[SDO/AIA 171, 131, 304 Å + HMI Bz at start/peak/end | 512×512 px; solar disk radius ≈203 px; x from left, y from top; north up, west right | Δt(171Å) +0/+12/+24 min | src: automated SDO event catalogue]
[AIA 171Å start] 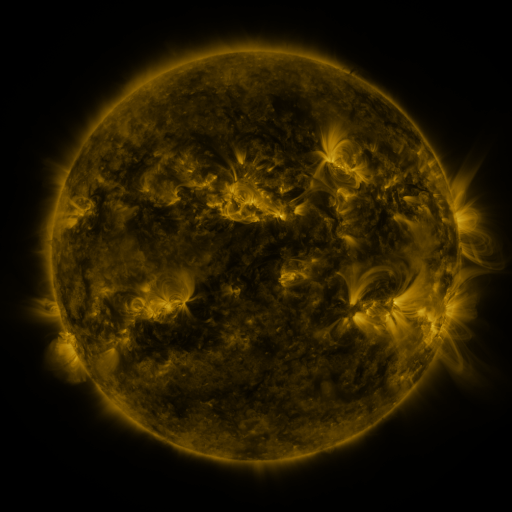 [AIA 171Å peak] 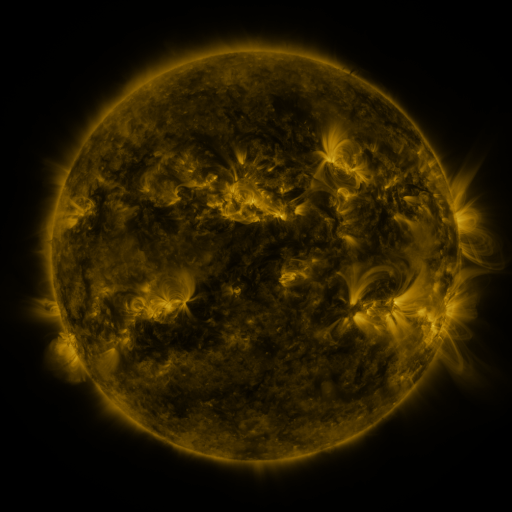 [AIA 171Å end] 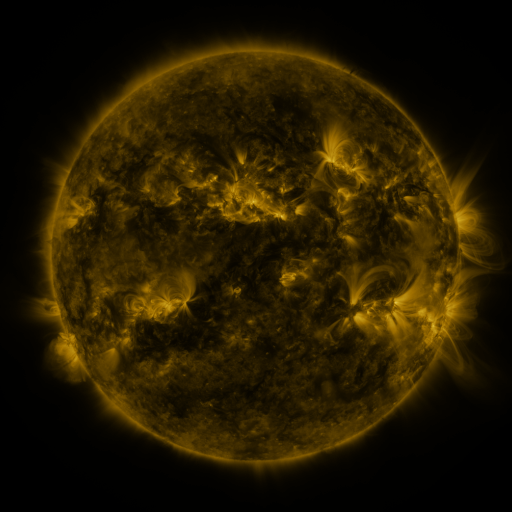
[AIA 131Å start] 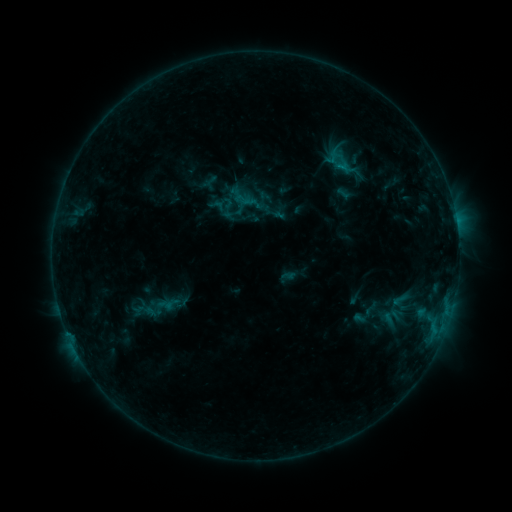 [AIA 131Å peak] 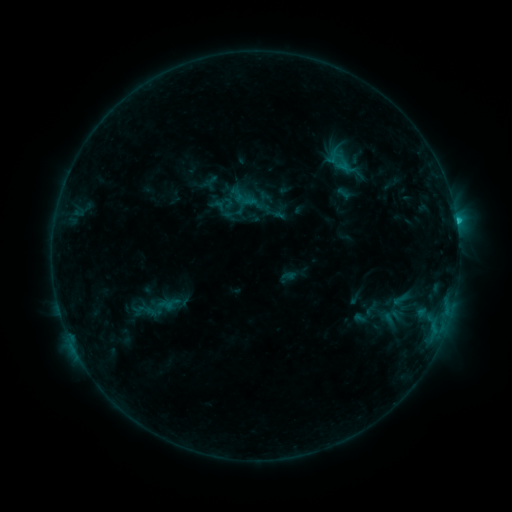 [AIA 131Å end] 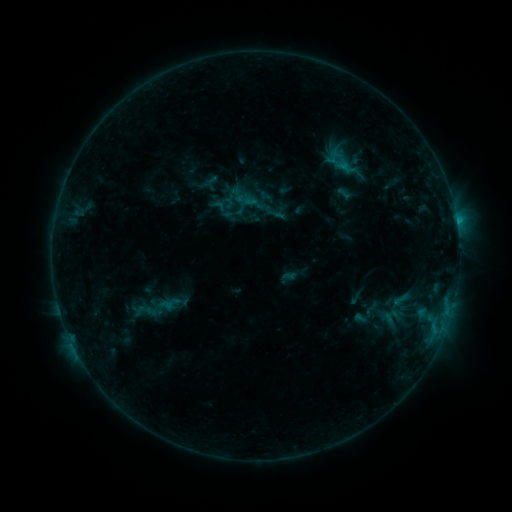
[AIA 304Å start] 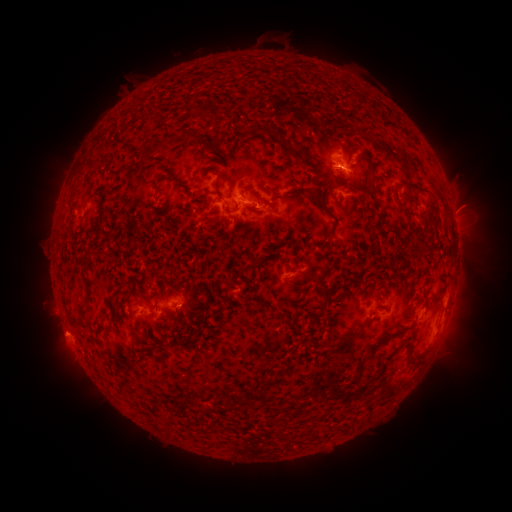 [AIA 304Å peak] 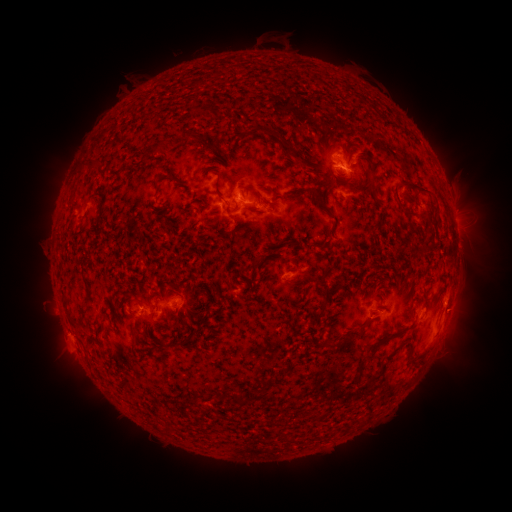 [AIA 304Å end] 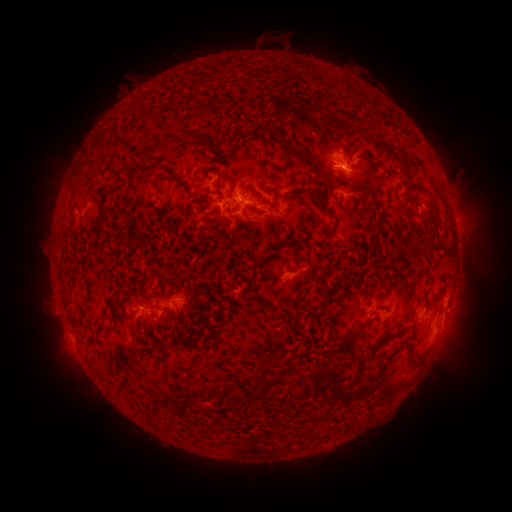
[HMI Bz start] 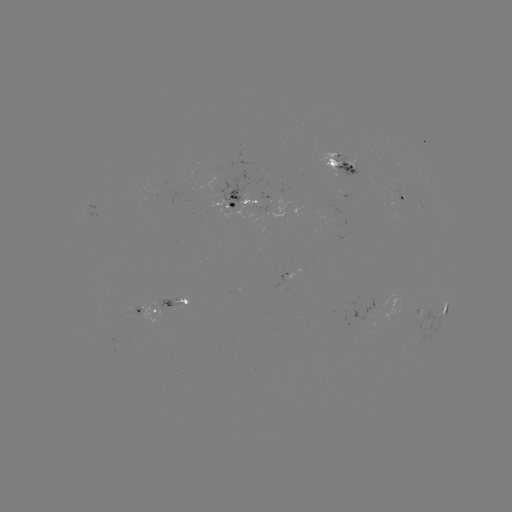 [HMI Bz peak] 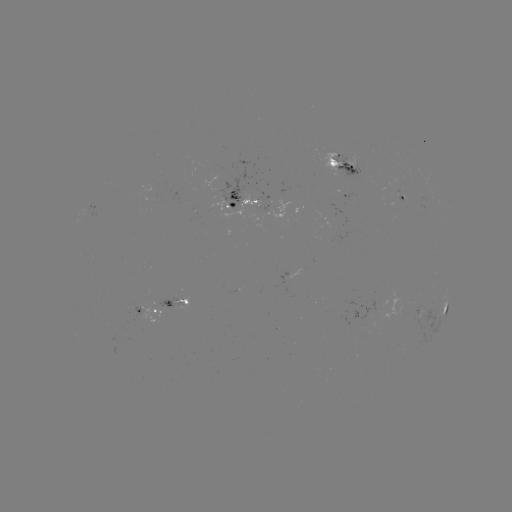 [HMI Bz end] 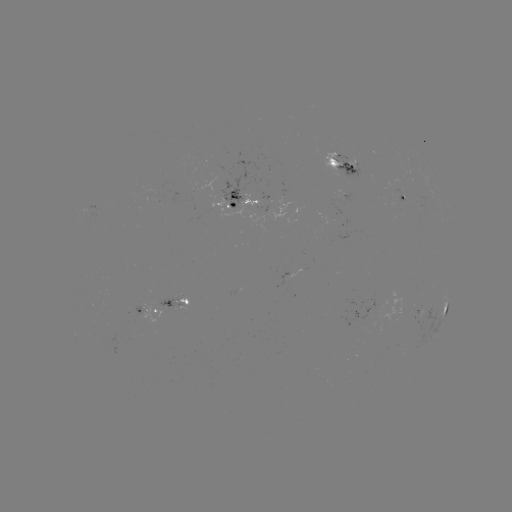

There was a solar flare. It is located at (456, 223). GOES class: C1.0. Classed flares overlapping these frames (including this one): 1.